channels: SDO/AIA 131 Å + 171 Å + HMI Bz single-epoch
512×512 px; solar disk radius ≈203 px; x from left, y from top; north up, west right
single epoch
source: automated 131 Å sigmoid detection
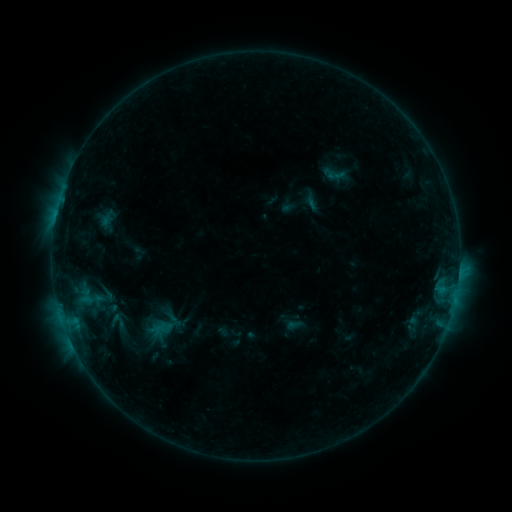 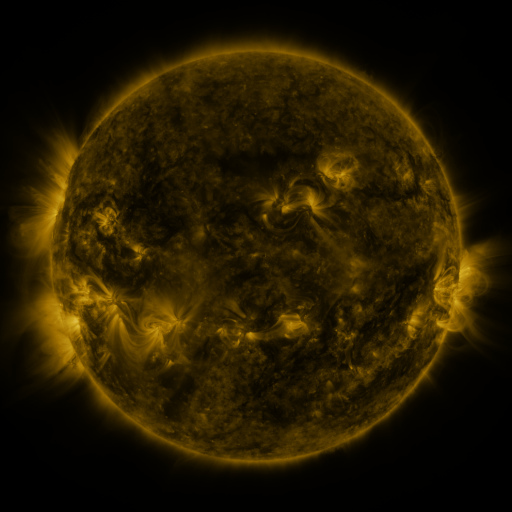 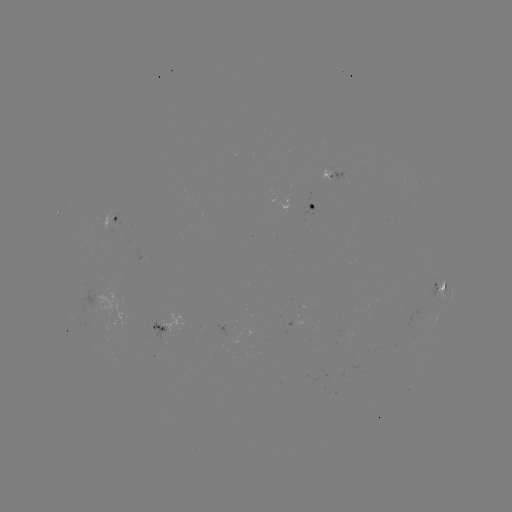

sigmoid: (323, 166, 349, 184)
